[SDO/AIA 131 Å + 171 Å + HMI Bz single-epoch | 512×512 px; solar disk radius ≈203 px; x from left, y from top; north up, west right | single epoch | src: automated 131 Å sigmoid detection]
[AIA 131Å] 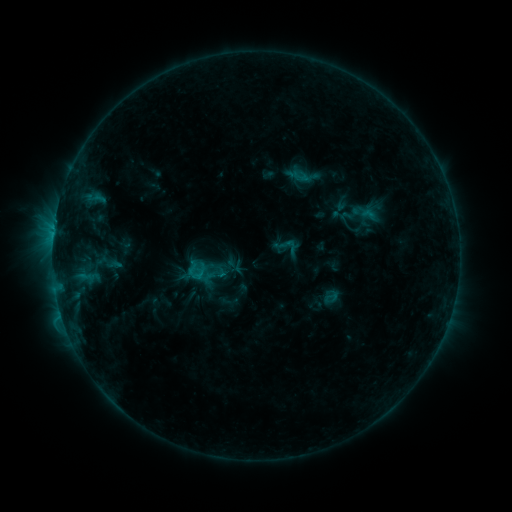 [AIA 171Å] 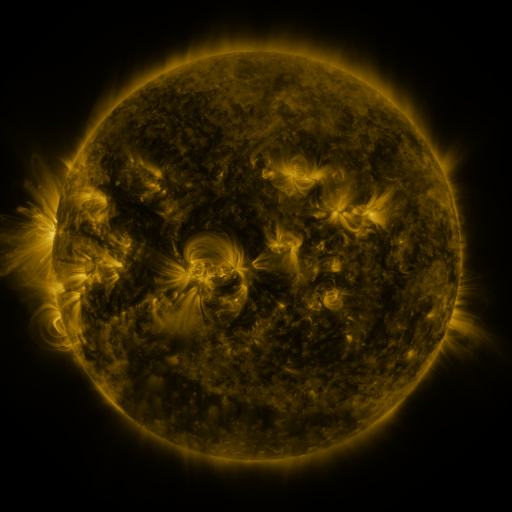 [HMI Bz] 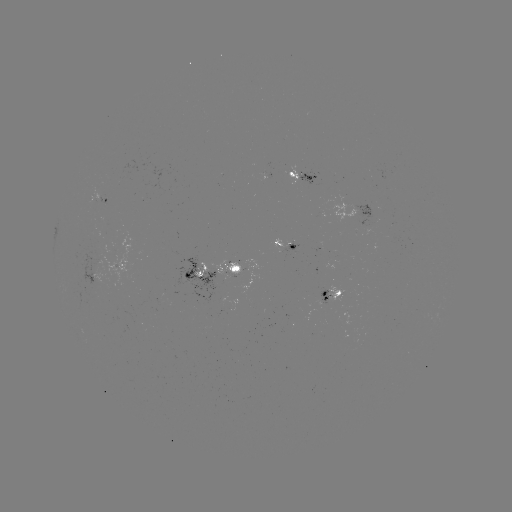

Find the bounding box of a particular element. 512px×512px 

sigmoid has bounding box [62, 240, 129, 298].